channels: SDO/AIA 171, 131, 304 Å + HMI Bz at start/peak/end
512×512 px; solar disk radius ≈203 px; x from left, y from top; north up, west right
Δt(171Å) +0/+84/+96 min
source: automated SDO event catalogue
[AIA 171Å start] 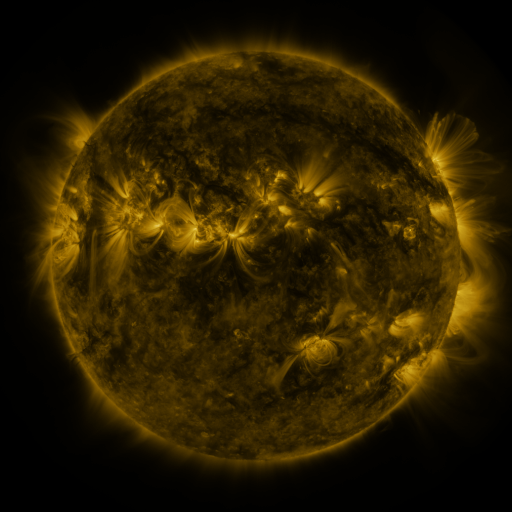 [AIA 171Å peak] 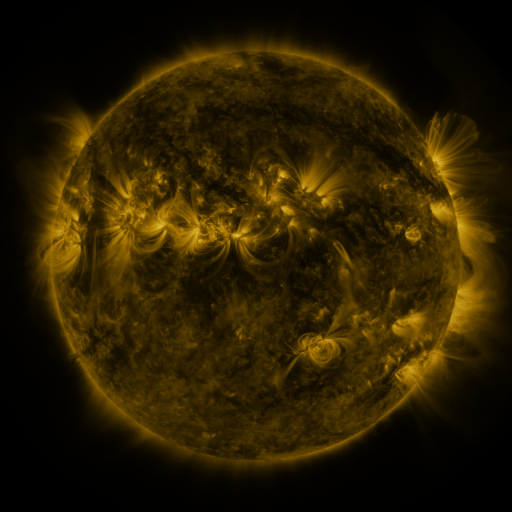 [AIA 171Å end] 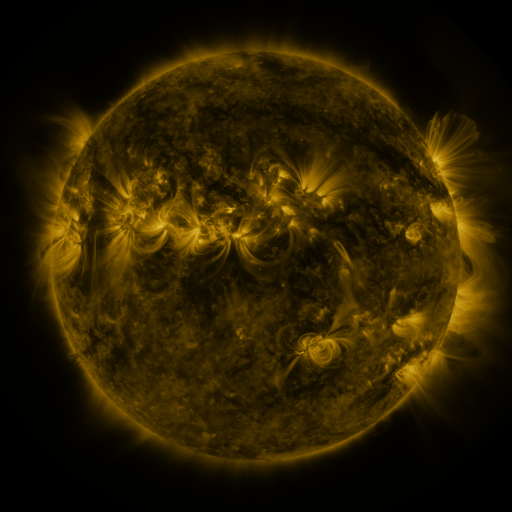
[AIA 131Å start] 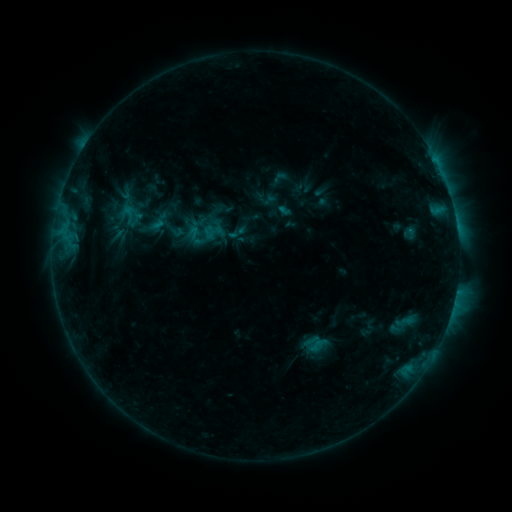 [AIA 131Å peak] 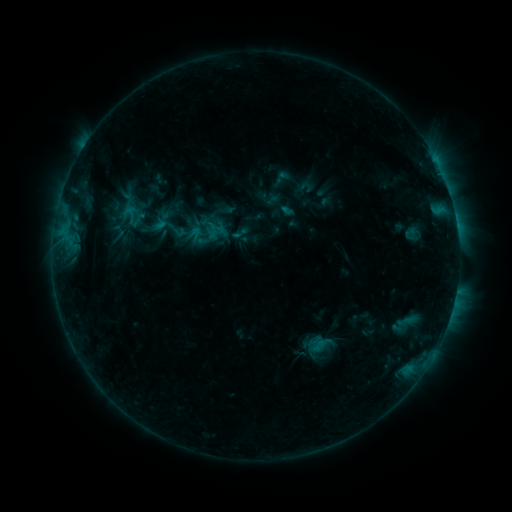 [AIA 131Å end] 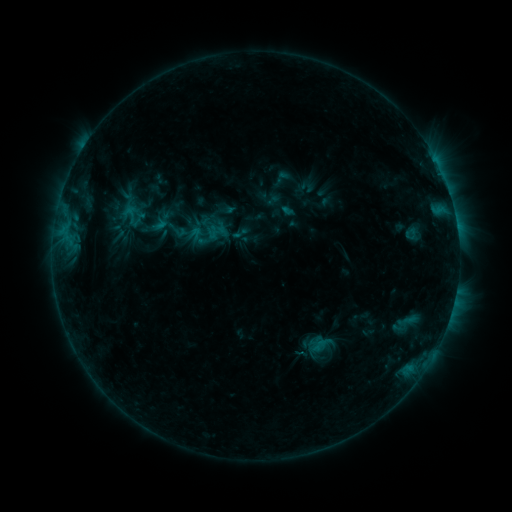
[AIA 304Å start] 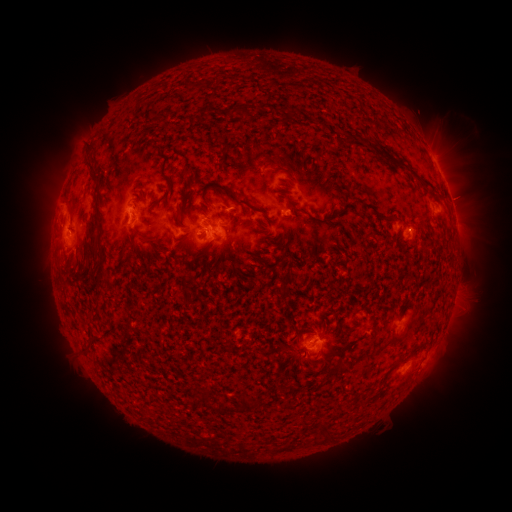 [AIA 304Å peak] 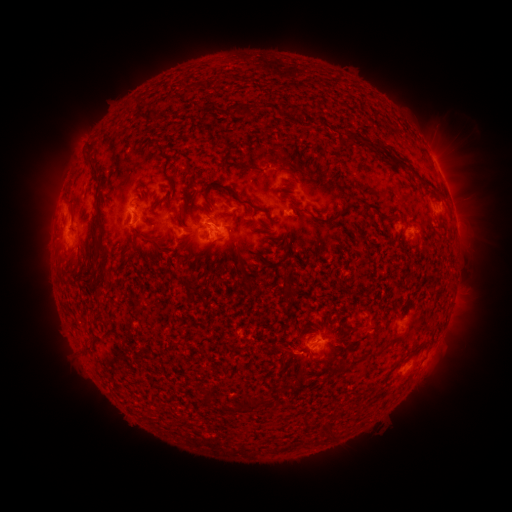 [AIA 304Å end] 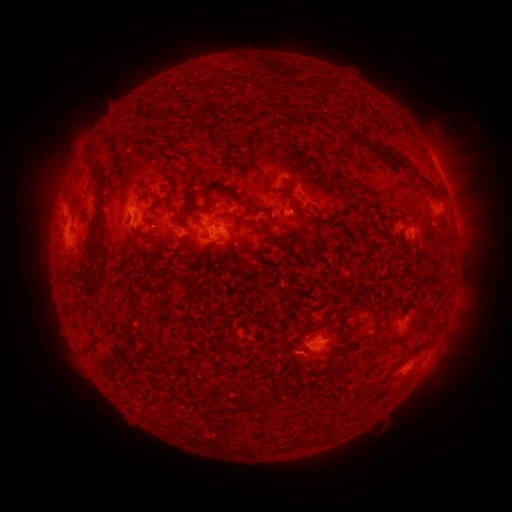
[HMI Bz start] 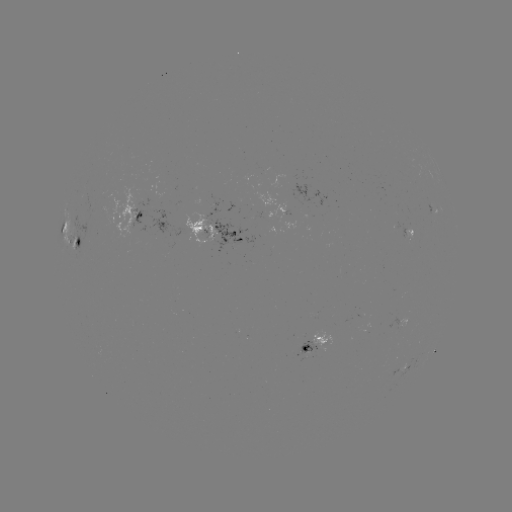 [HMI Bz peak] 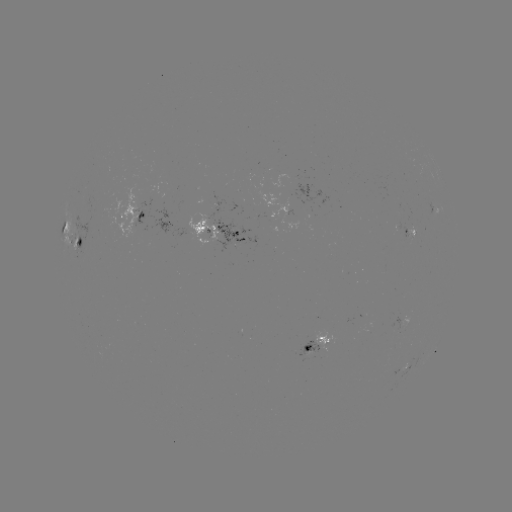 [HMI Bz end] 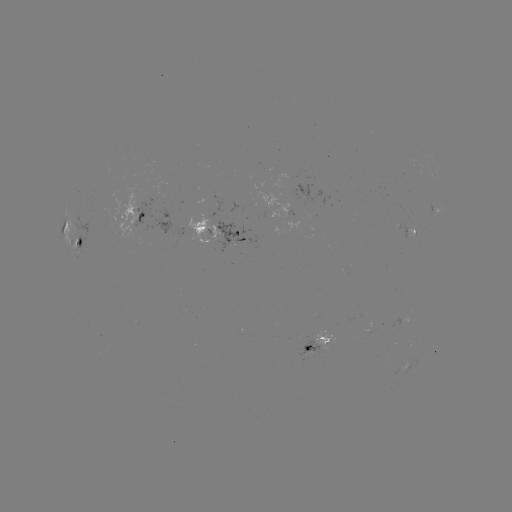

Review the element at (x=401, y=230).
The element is emerging-flux region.